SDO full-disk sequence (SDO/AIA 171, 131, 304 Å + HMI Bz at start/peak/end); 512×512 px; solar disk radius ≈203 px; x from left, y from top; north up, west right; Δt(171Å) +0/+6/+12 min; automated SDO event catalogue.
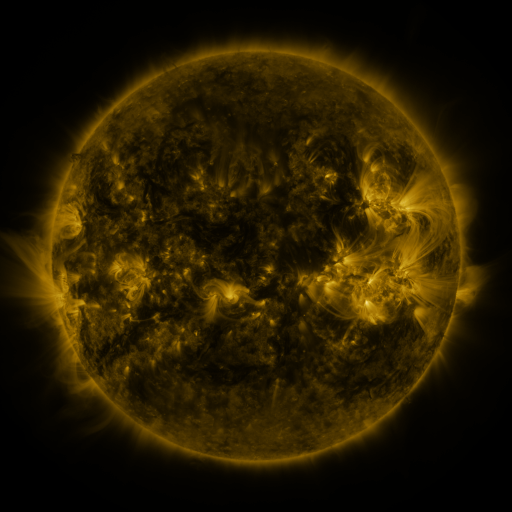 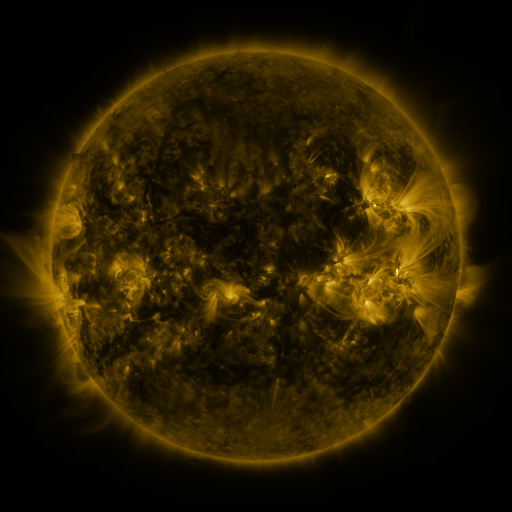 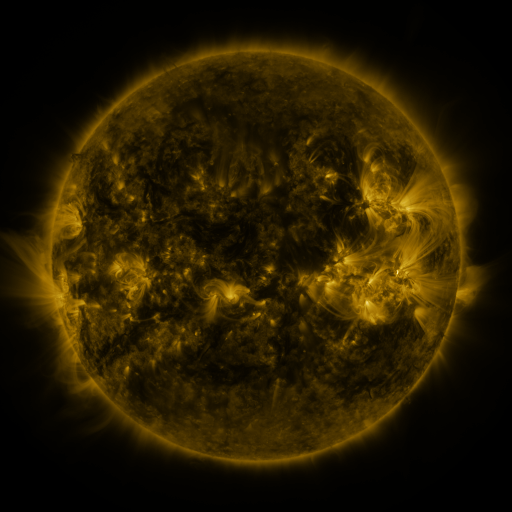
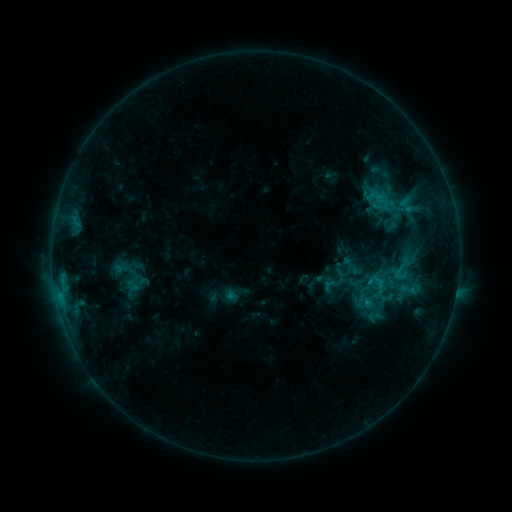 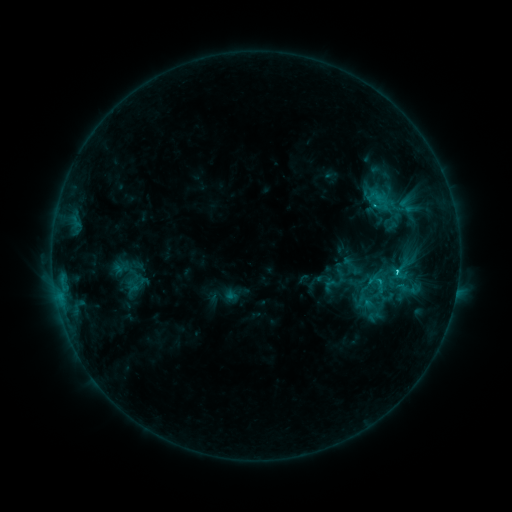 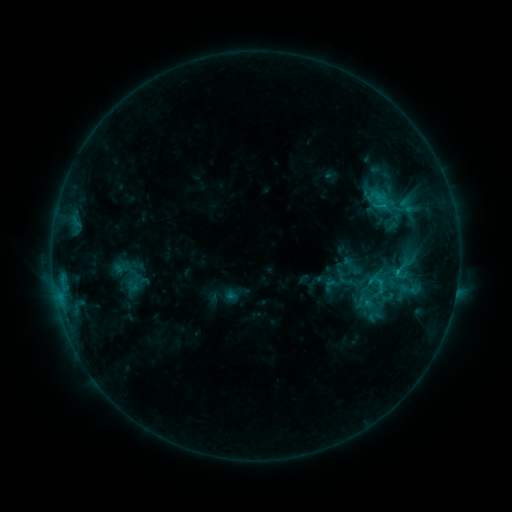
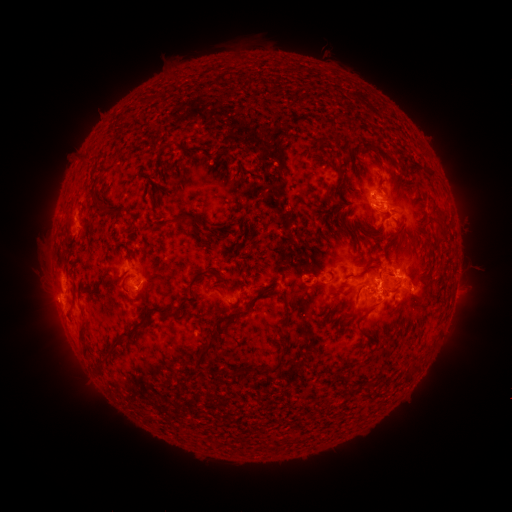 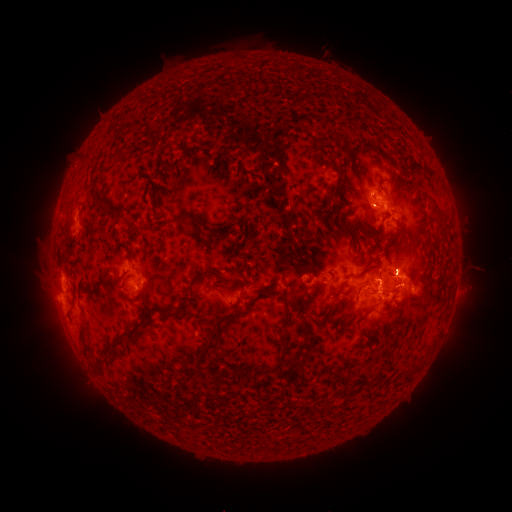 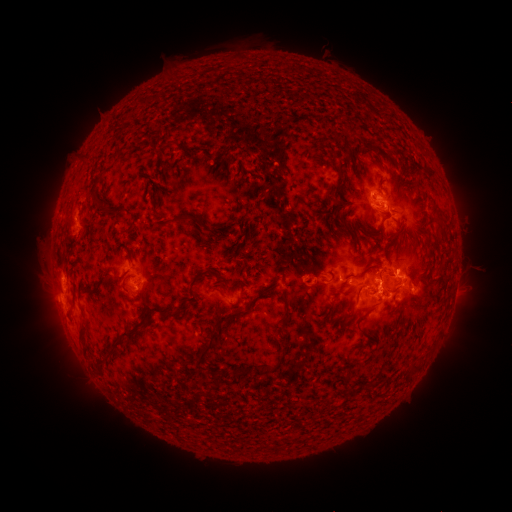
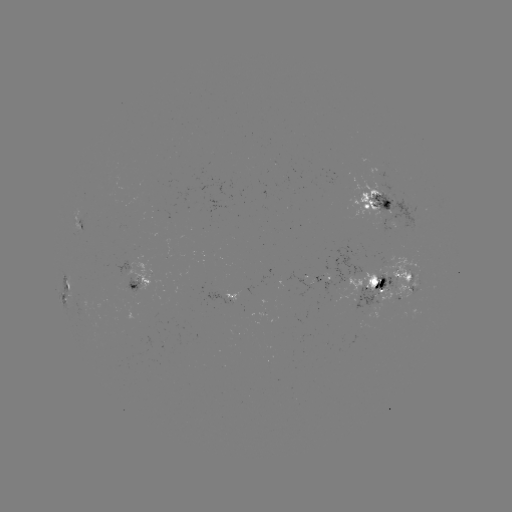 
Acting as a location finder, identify C1.9 flare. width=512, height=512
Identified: [378, 280].